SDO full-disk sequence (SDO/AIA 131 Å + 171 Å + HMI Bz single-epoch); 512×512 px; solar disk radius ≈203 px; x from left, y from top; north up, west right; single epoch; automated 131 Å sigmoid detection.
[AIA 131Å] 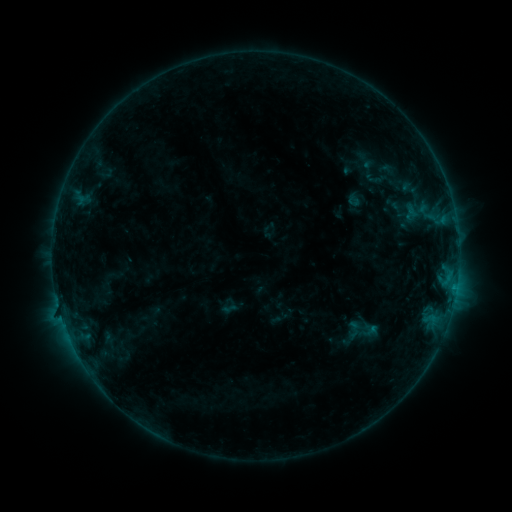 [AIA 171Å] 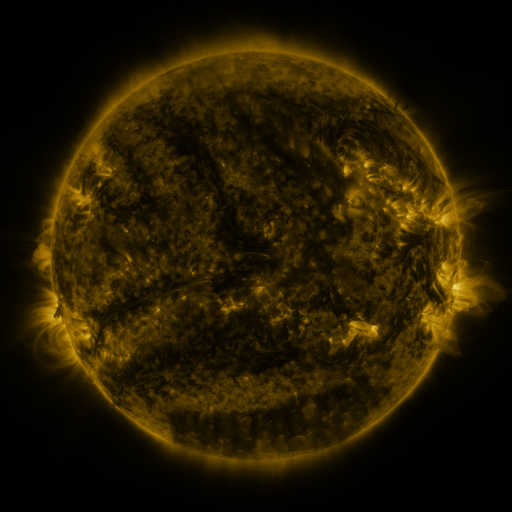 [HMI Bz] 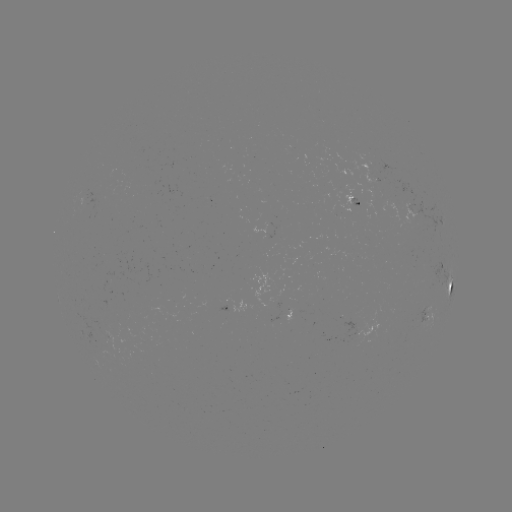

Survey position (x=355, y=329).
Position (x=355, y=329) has sigmoid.